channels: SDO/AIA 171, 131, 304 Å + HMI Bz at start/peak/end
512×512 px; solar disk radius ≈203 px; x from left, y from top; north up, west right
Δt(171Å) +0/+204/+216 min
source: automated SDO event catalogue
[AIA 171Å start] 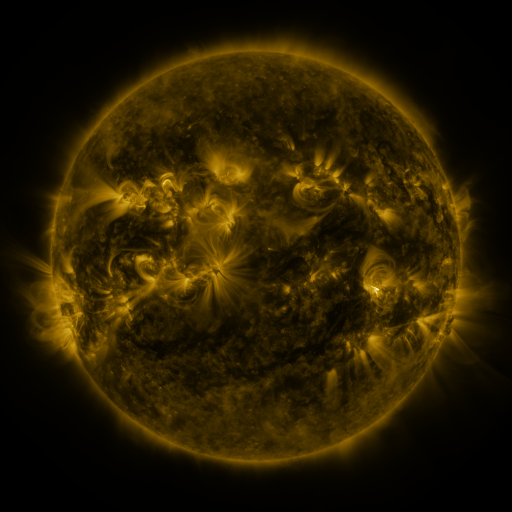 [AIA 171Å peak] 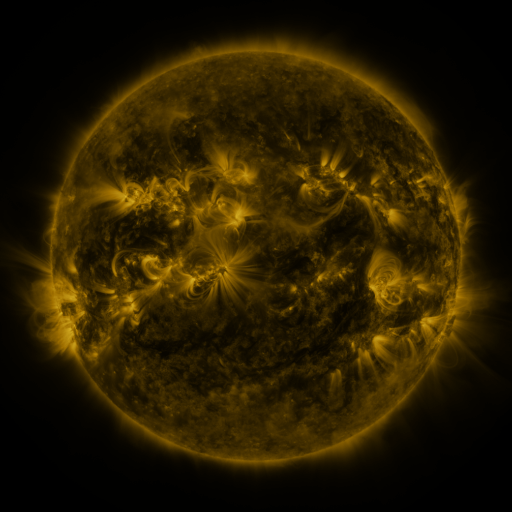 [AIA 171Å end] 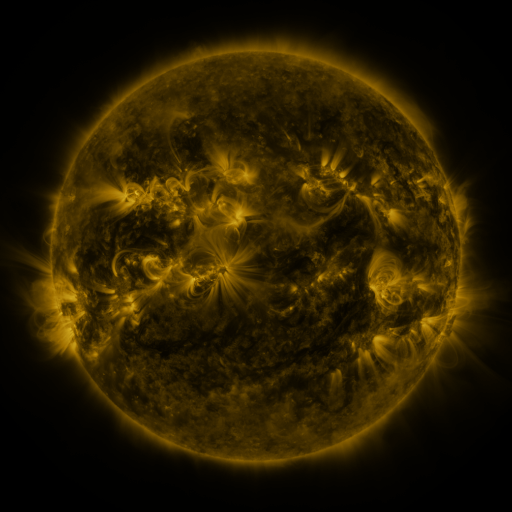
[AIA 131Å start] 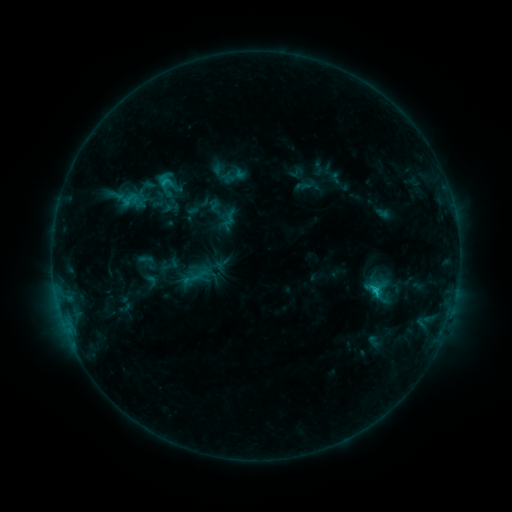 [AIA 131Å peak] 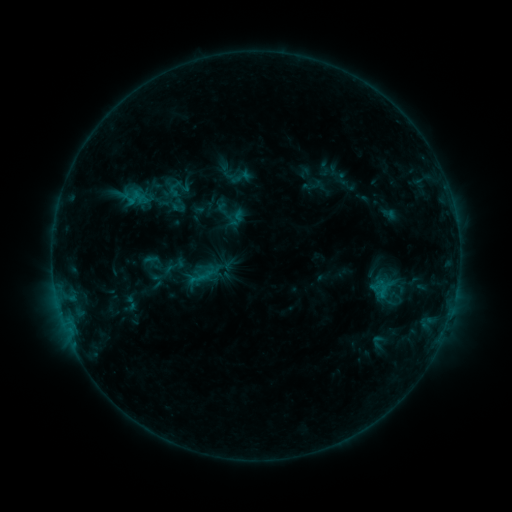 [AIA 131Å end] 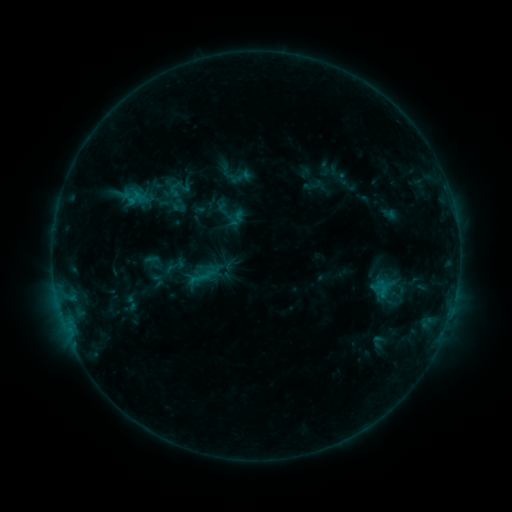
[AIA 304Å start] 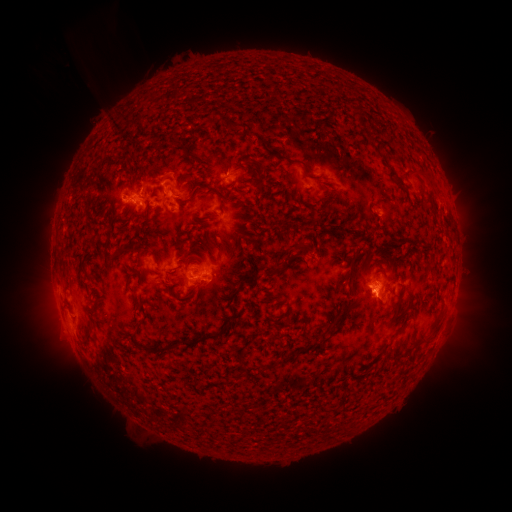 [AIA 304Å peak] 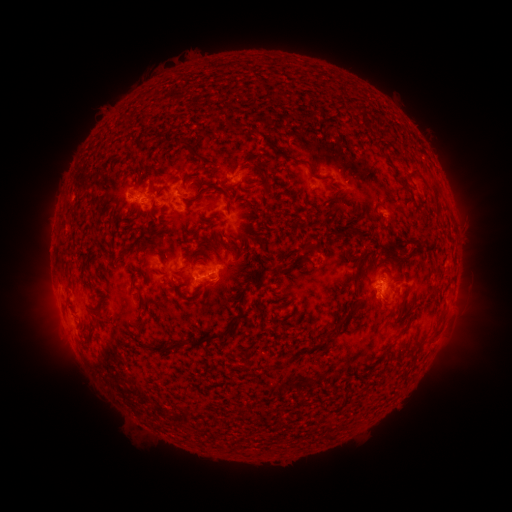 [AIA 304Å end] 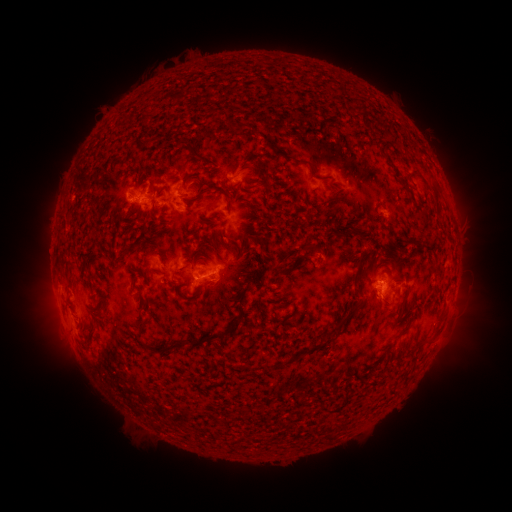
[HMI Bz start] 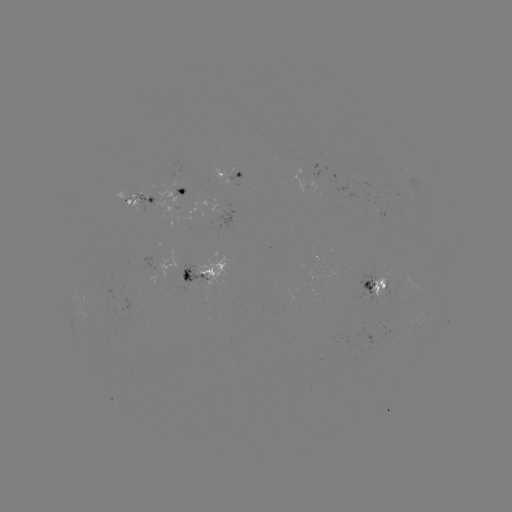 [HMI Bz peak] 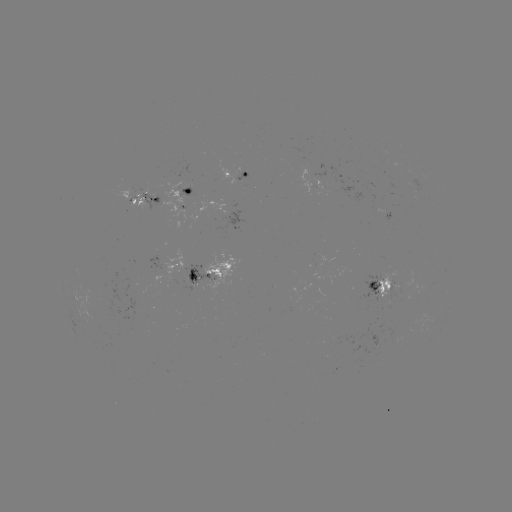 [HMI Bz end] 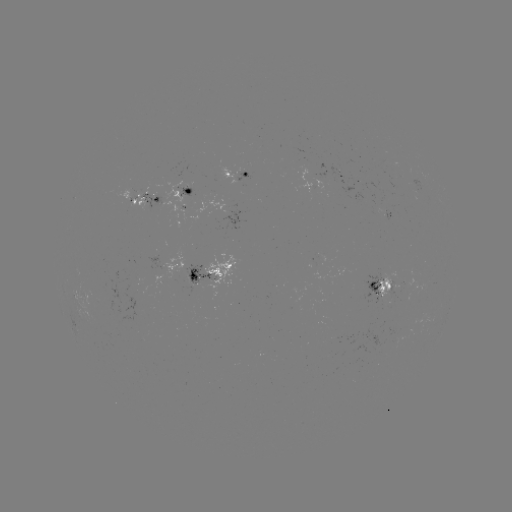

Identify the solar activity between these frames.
emerging-flux region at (385, 215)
